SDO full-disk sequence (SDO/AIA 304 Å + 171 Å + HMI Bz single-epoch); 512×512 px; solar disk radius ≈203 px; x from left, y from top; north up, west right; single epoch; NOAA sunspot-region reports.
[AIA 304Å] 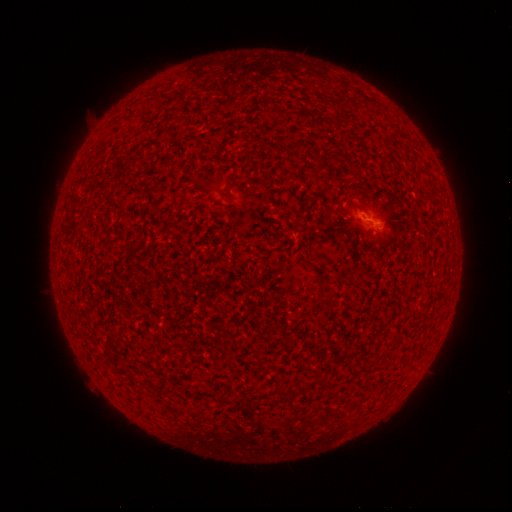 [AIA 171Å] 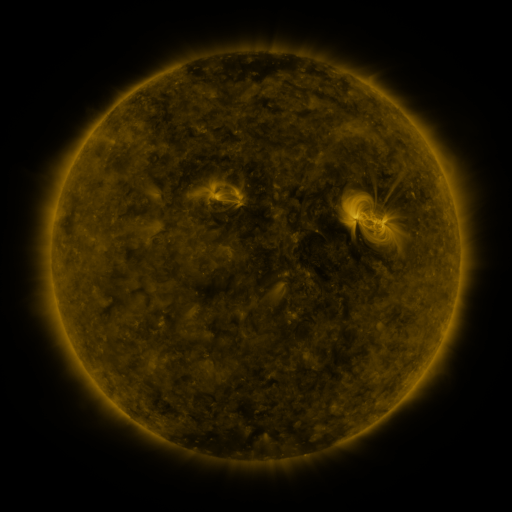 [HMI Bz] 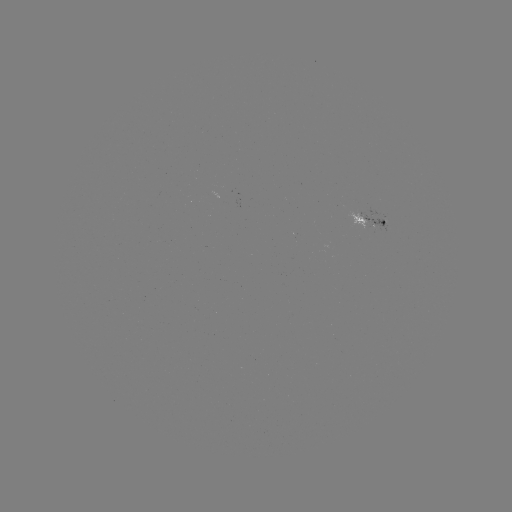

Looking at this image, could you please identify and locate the spotted active region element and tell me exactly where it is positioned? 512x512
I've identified spotted active region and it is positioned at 369,218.